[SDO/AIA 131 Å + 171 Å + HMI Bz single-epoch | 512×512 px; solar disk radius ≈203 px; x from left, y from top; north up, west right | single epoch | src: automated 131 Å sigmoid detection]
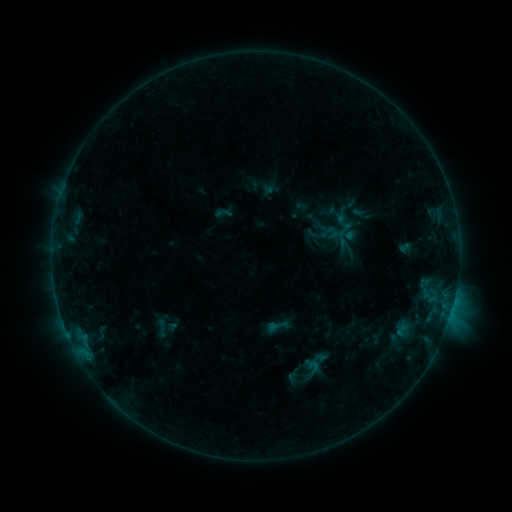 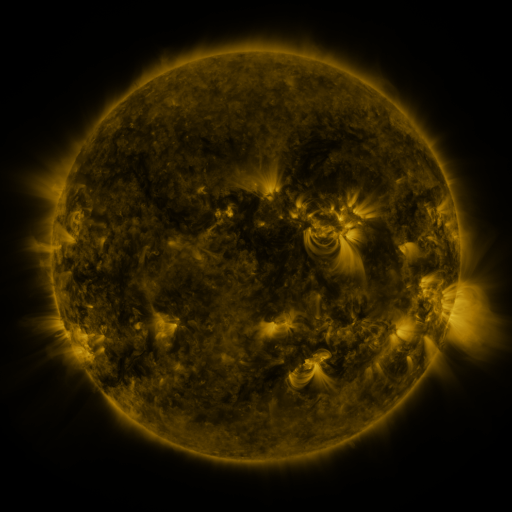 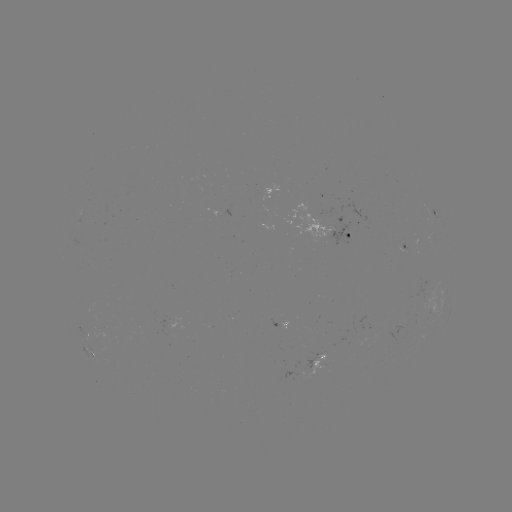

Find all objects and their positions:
sigmoid: <bbox>332, 228, 355, 248</bbox>
sigmoid: <bbox>268, 315, 289, 335</bbox>
sigmoid: <bbox>149, 317, 174, 339</bbox>
